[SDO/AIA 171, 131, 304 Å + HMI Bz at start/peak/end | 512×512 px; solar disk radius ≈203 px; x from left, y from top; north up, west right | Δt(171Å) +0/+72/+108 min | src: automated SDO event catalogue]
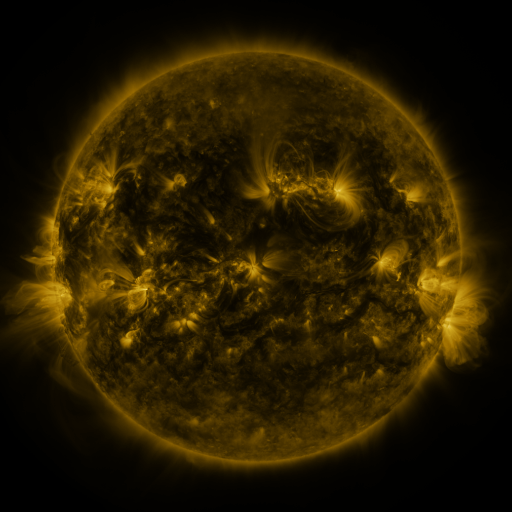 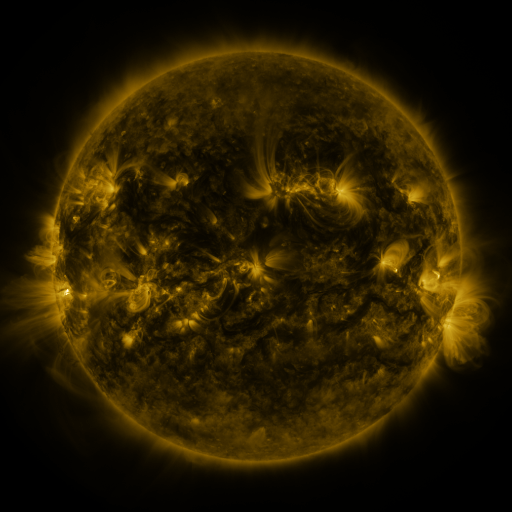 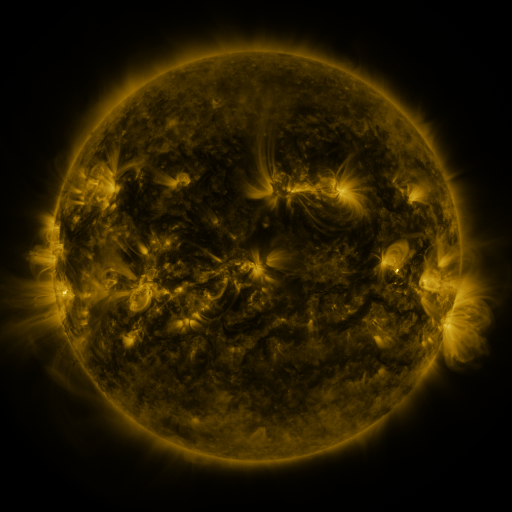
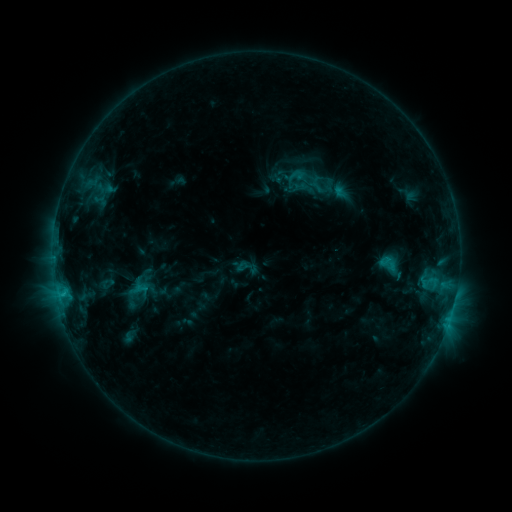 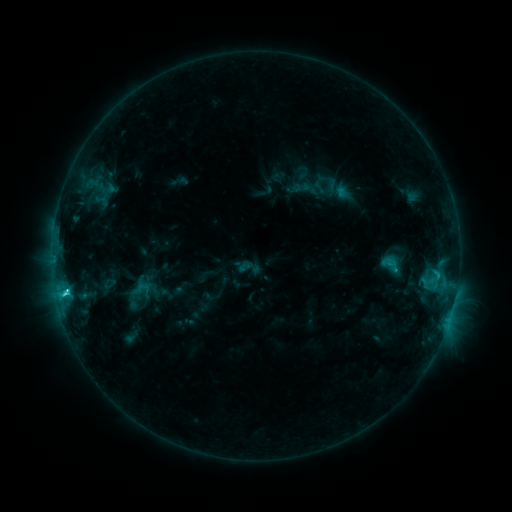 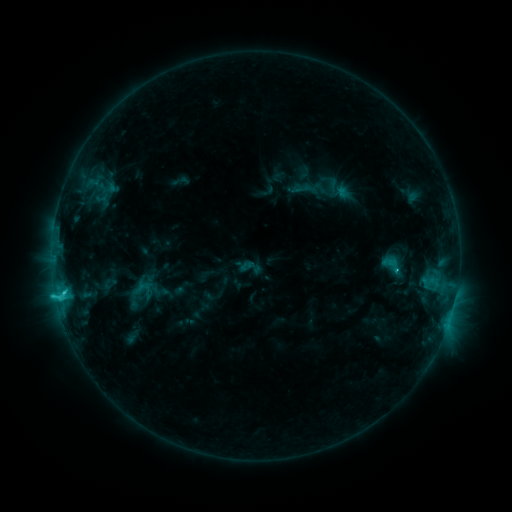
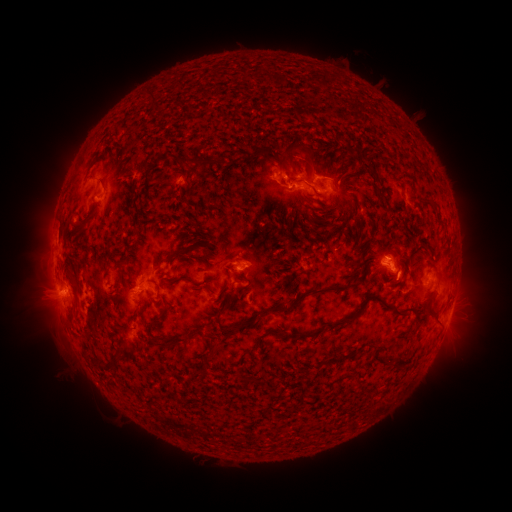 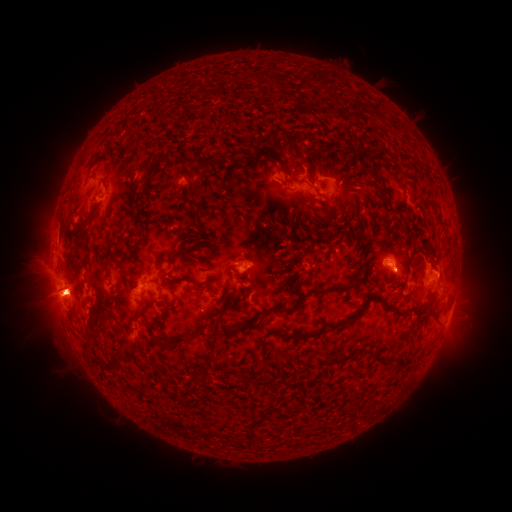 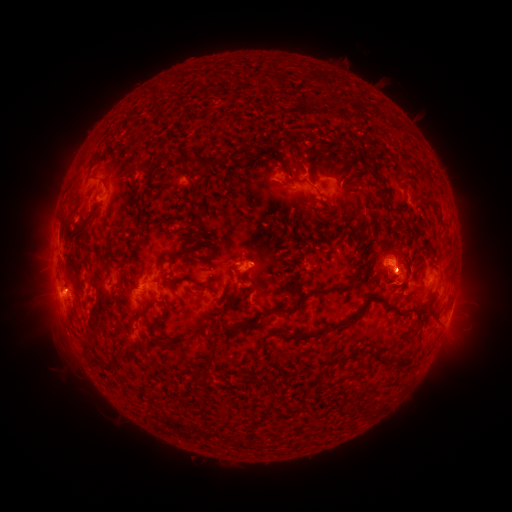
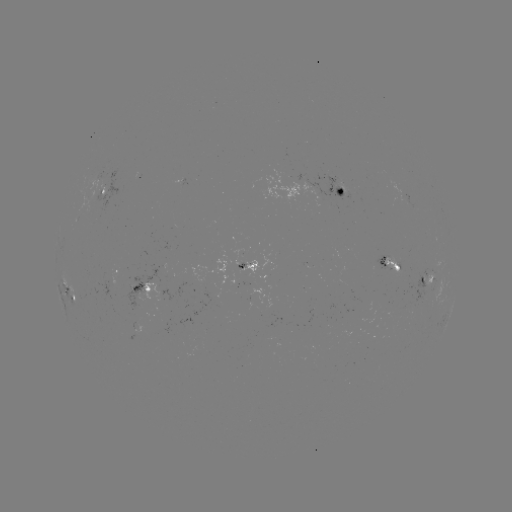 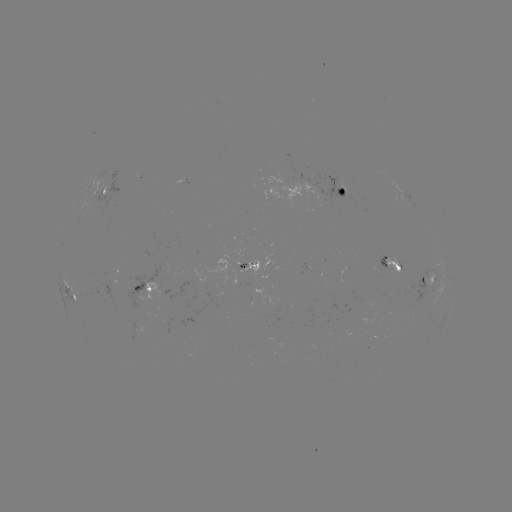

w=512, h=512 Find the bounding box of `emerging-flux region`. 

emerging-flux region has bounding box [242, 279, 254, 285].